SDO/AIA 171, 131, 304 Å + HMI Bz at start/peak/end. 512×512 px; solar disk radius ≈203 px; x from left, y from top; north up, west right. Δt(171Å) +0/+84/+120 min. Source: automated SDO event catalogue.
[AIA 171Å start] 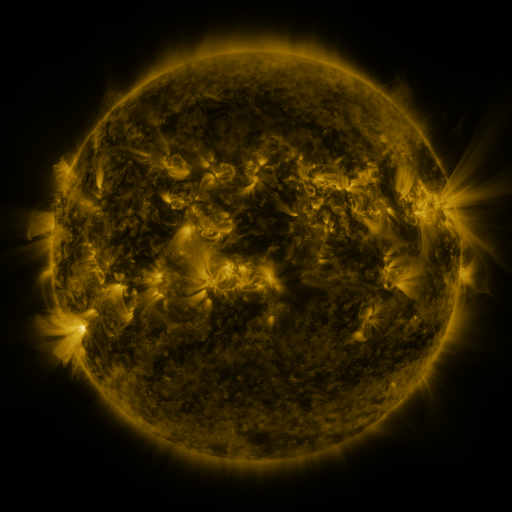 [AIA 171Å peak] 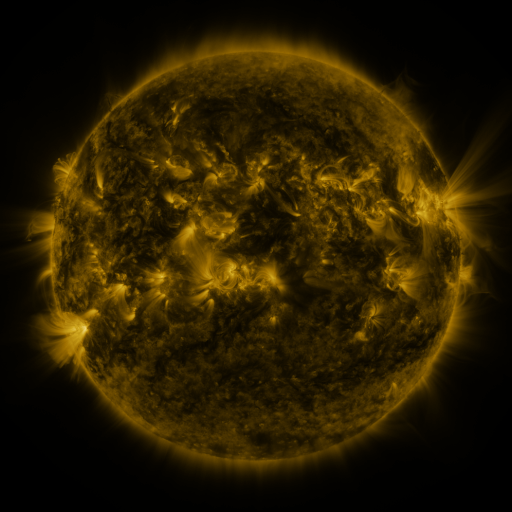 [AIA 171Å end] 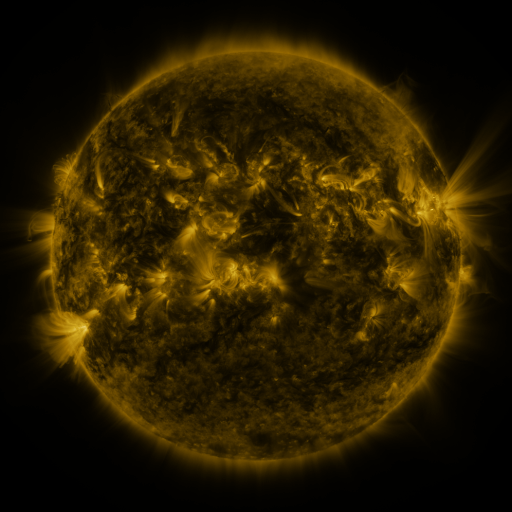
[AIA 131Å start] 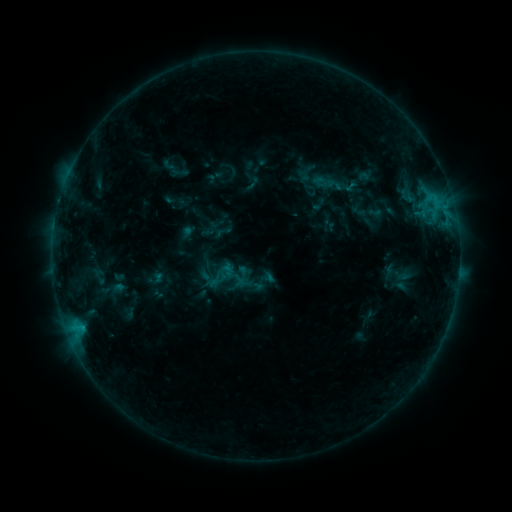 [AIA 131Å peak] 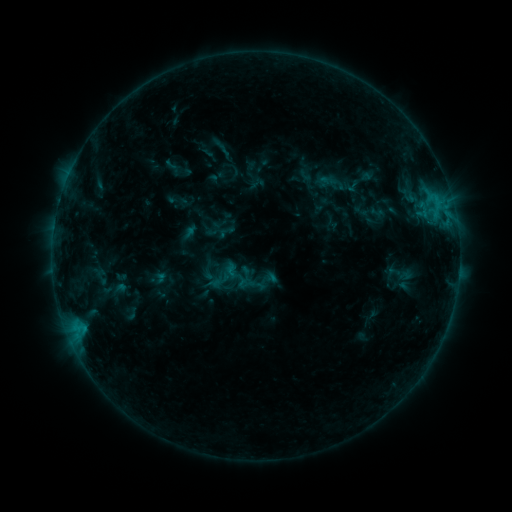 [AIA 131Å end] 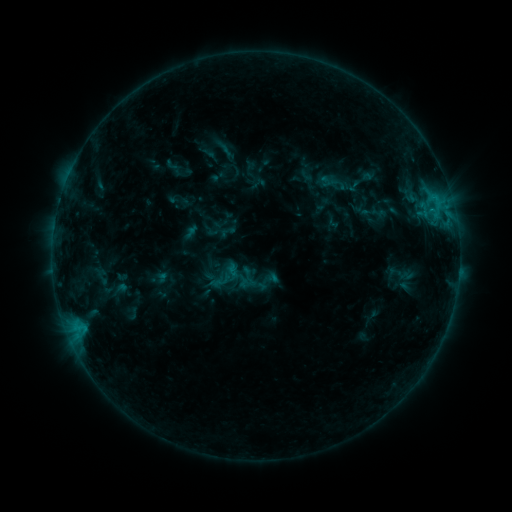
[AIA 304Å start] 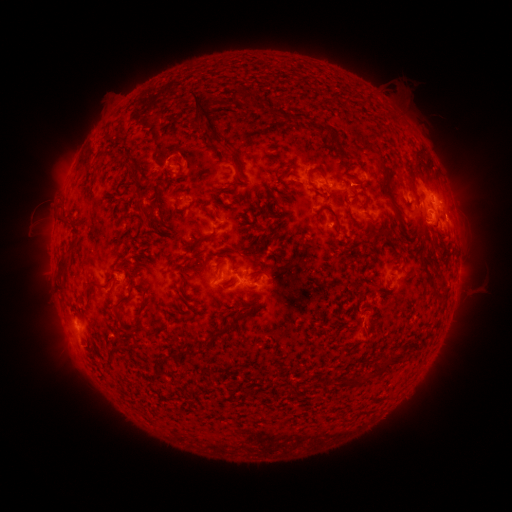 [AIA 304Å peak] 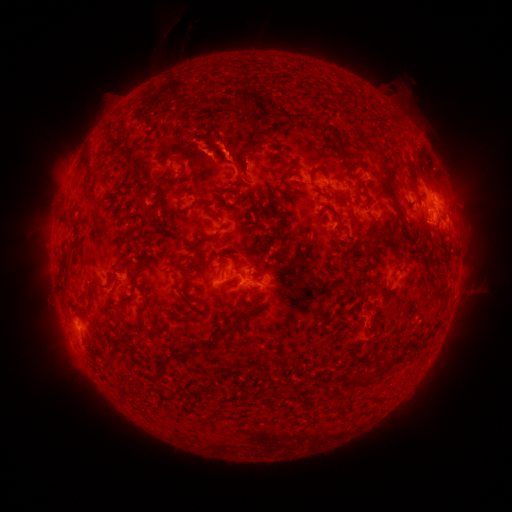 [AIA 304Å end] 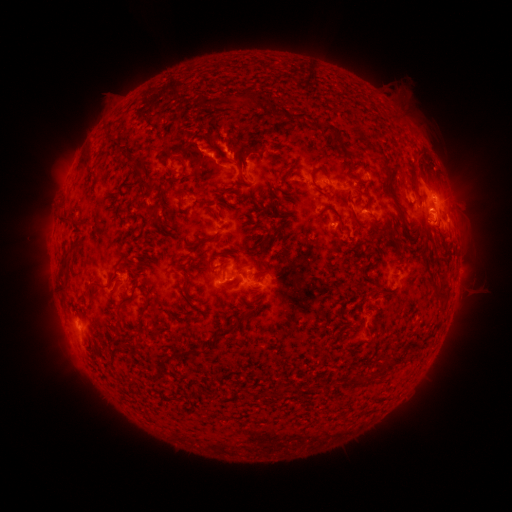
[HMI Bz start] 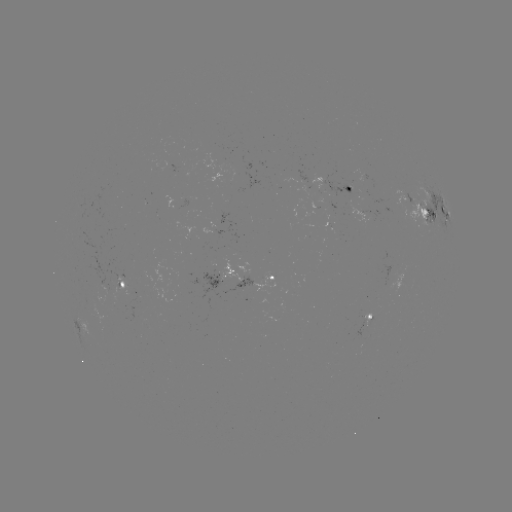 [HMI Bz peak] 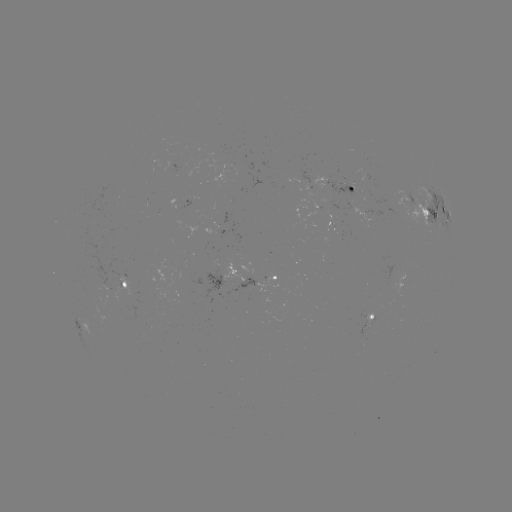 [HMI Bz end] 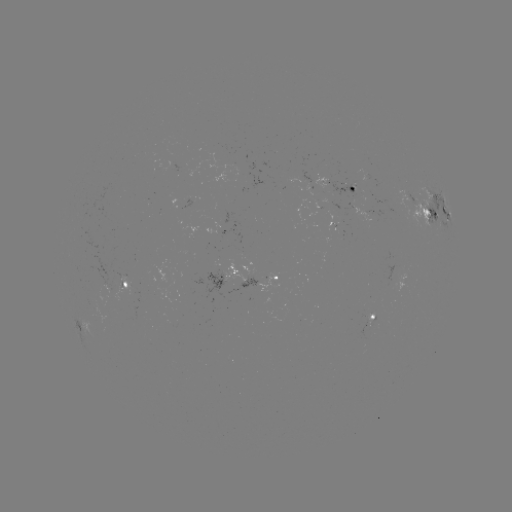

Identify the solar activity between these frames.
emerging-flux region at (339, 213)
